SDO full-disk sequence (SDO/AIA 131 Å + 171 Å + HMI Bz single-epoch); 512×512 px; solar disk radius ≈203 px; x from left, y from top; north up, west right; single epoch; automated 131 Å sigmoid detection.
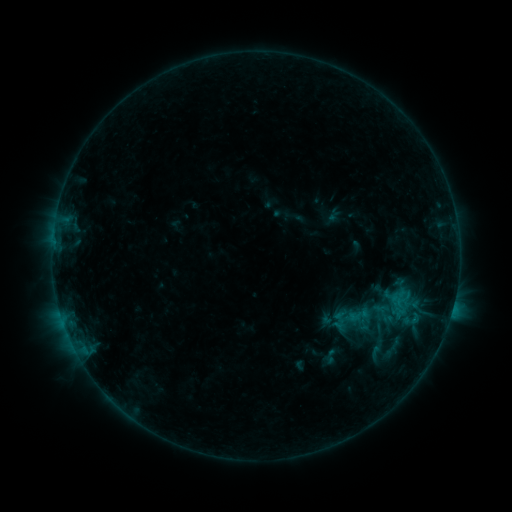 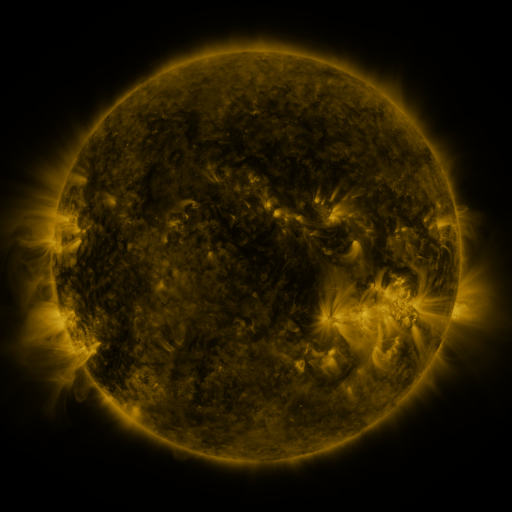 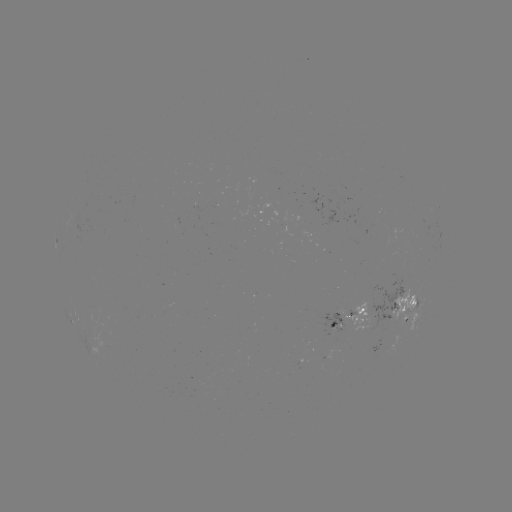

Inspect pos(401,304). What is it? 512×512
sigmoid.